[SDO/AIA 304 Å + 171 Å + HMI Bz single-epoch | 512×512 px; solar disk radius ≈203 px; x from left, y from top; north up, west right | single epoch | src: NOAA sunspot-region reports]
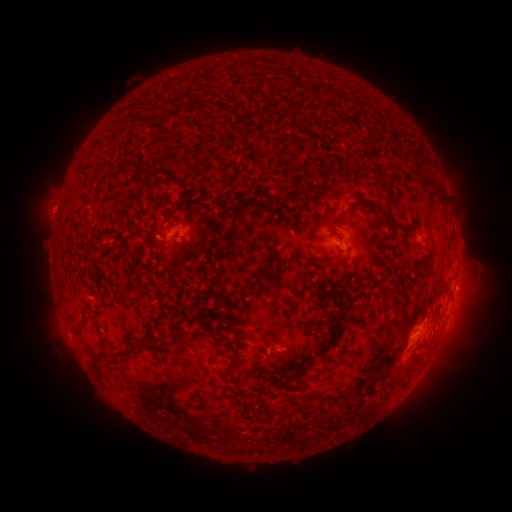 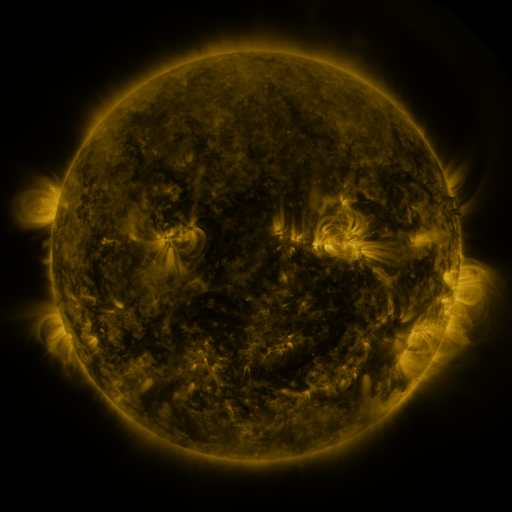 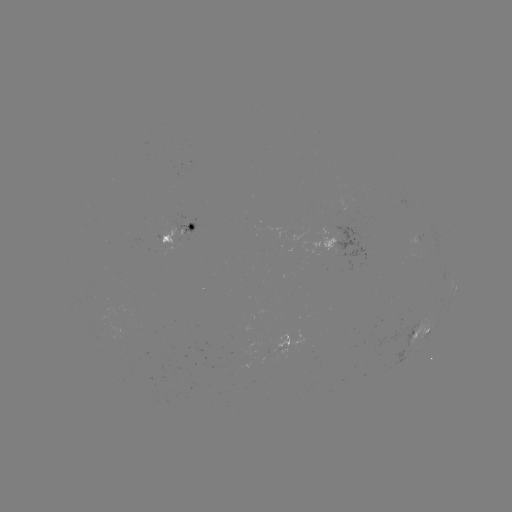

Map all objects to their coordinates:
spotted active region: (181, 234)
spotted active region: (425, 239)
spotted active region: (341, 248)
spotted active region: (455, 287)
spotted active region: (424, 332)
spotted active region: (286, 343)
